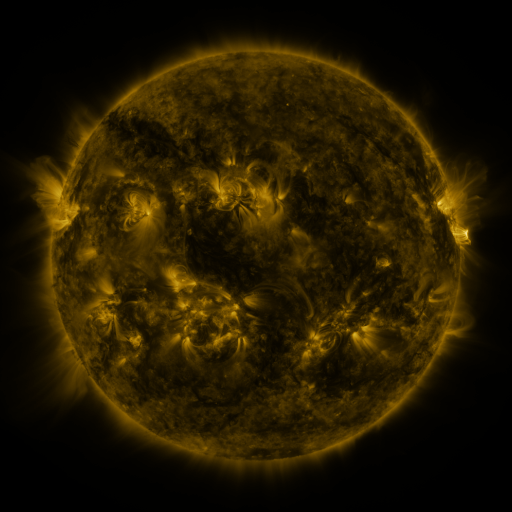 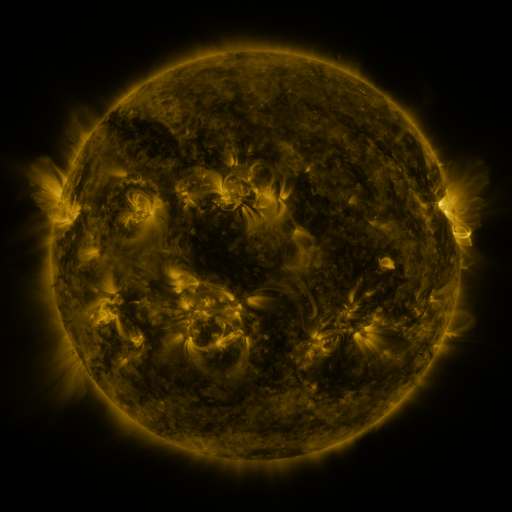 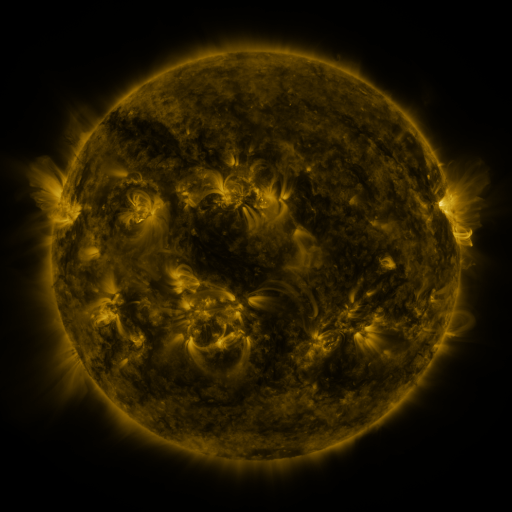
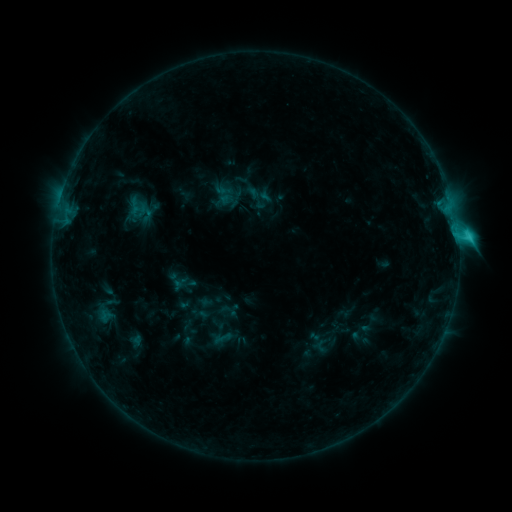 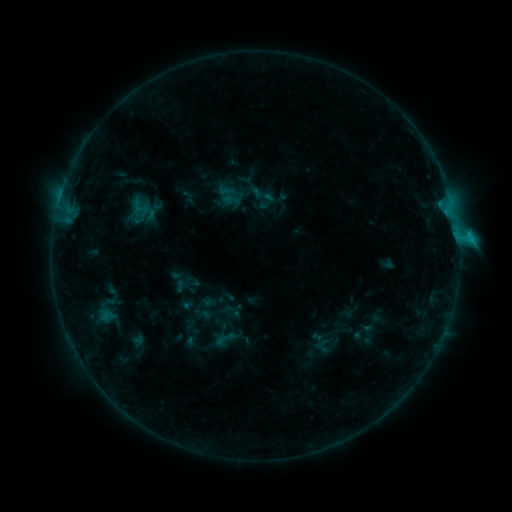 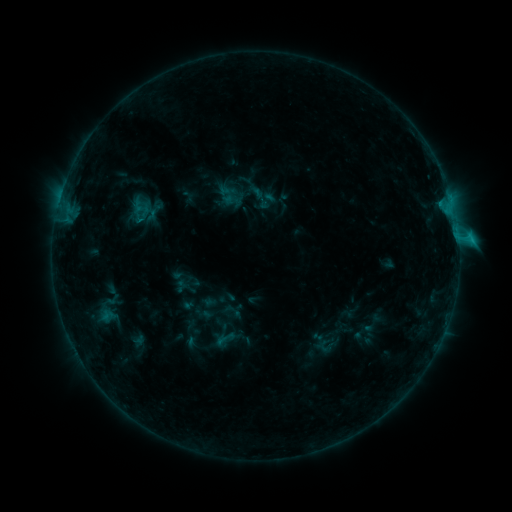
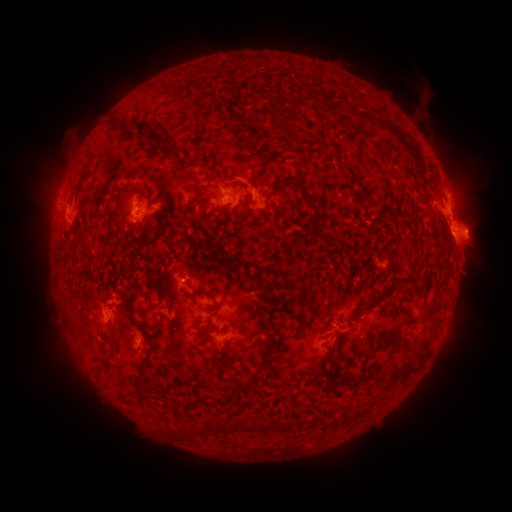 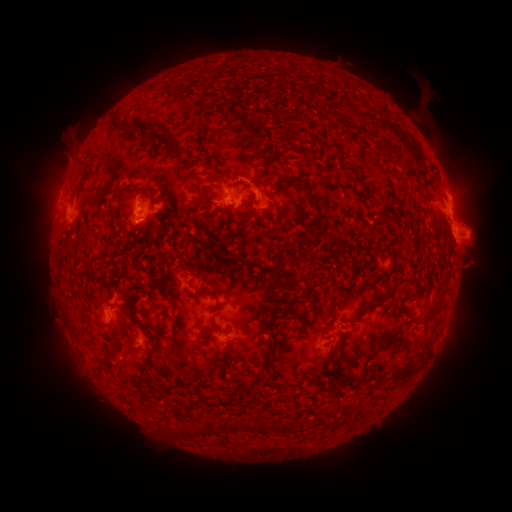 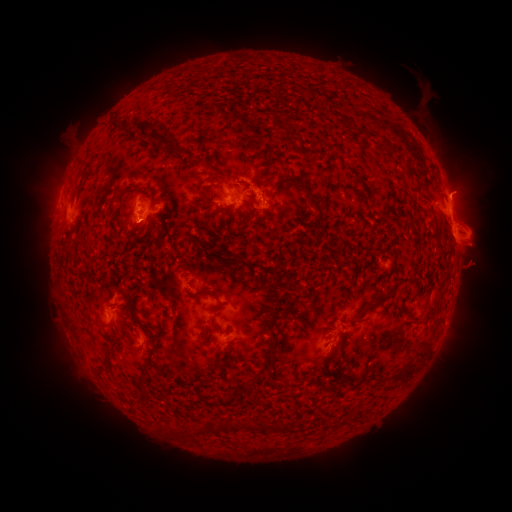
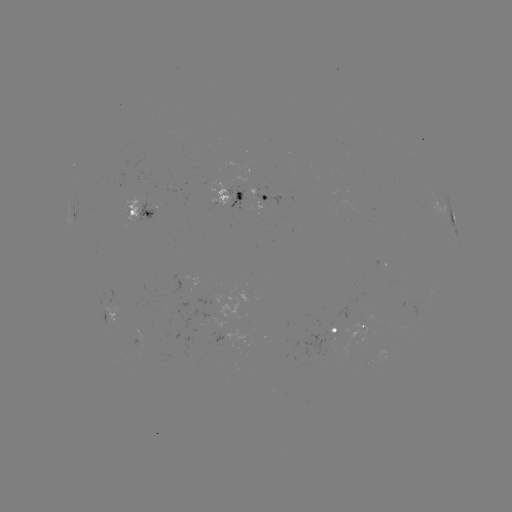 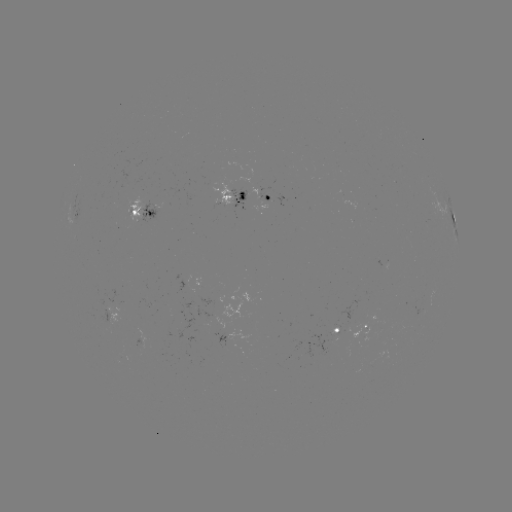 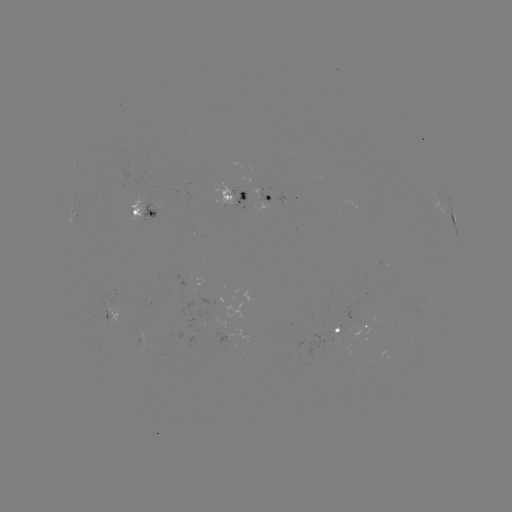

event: emerging-flux region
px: (326, 345)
